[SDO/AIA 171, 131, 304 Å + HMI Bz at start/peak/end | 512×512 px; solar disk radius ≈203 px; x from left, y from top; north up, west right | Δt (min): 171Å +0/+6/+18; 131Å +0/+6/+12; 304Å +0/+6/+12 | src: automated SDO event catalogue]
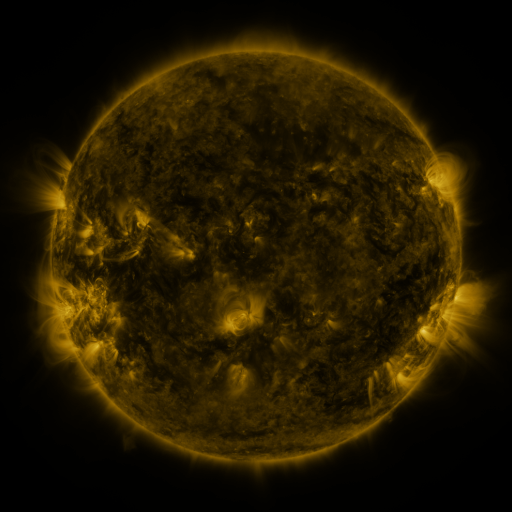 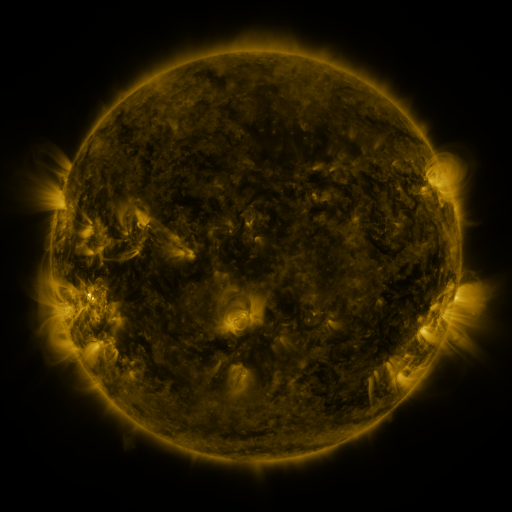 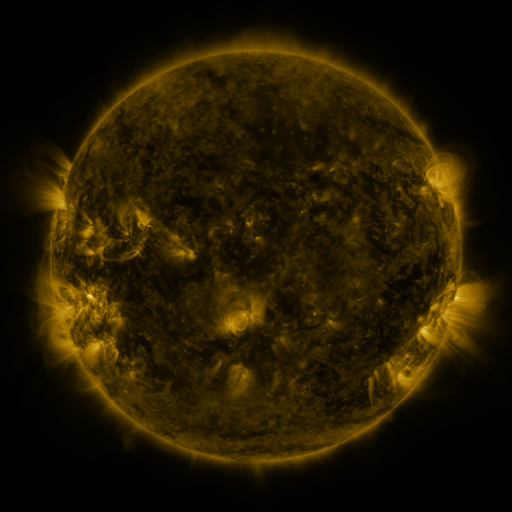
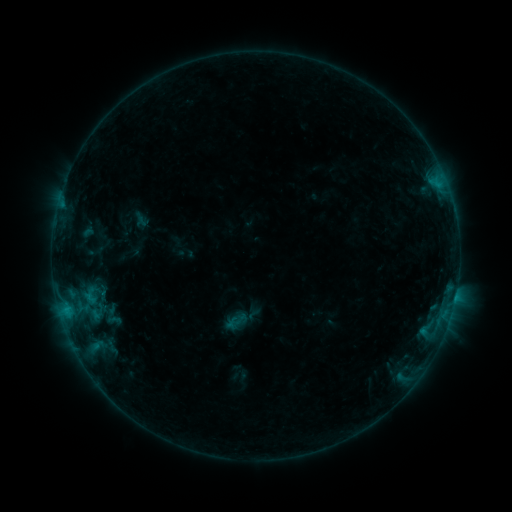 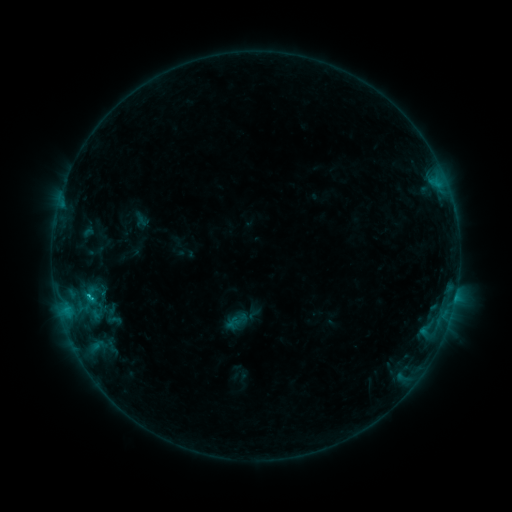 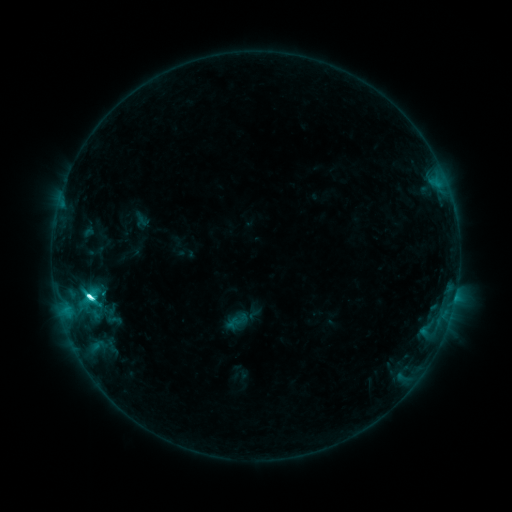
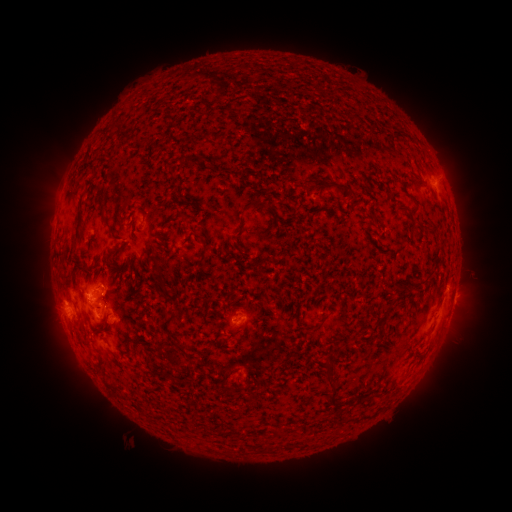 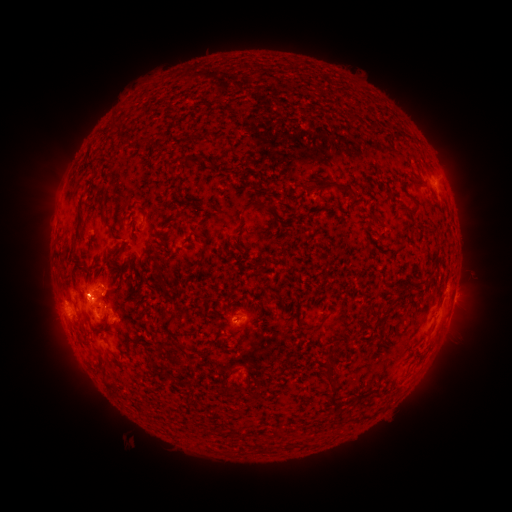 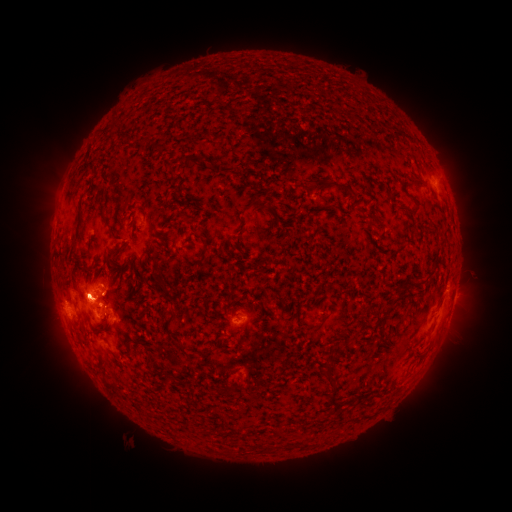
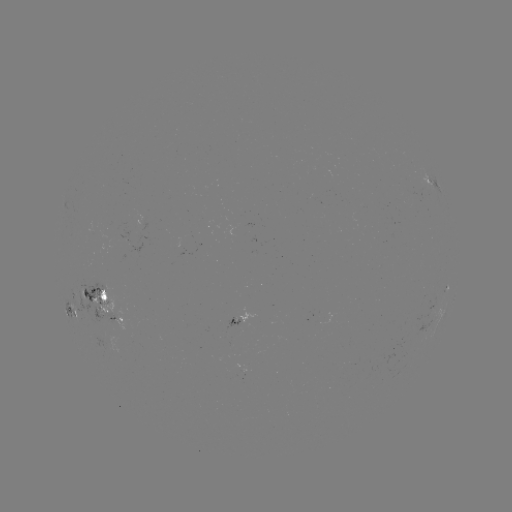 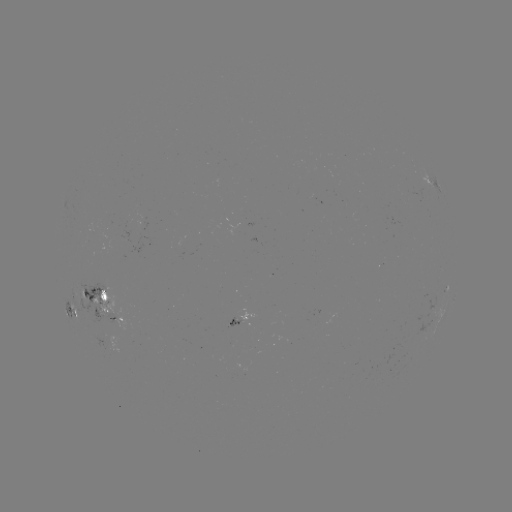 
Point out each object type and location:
C8.9 flare: (89, 294)
